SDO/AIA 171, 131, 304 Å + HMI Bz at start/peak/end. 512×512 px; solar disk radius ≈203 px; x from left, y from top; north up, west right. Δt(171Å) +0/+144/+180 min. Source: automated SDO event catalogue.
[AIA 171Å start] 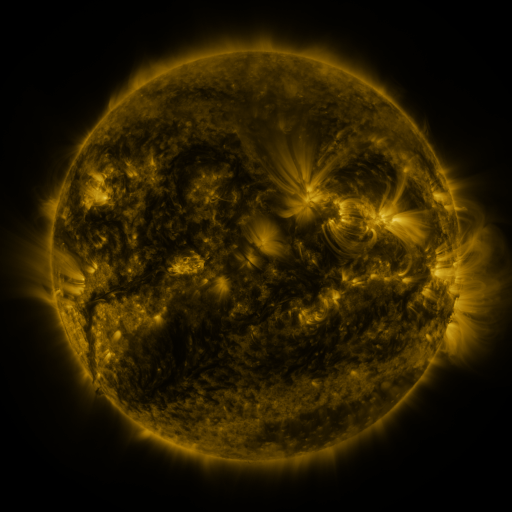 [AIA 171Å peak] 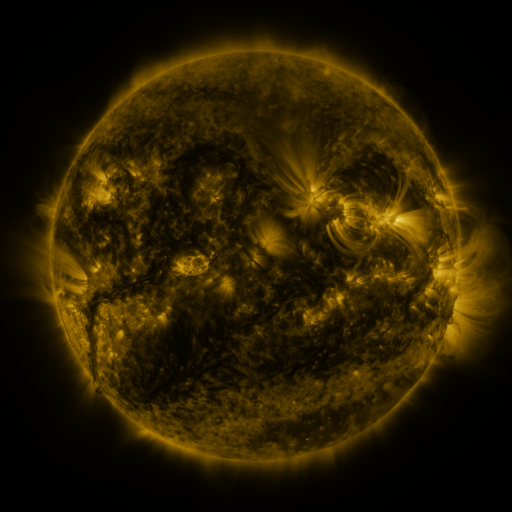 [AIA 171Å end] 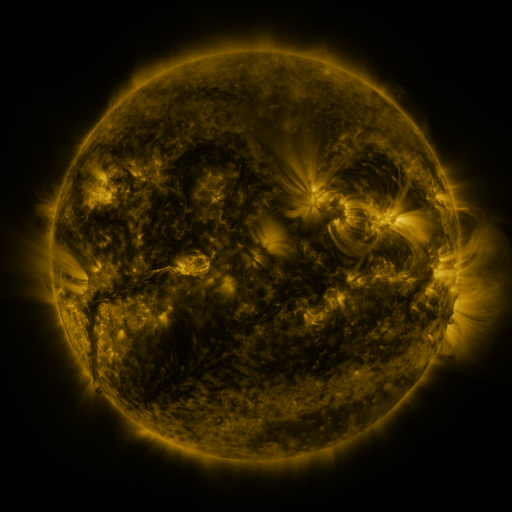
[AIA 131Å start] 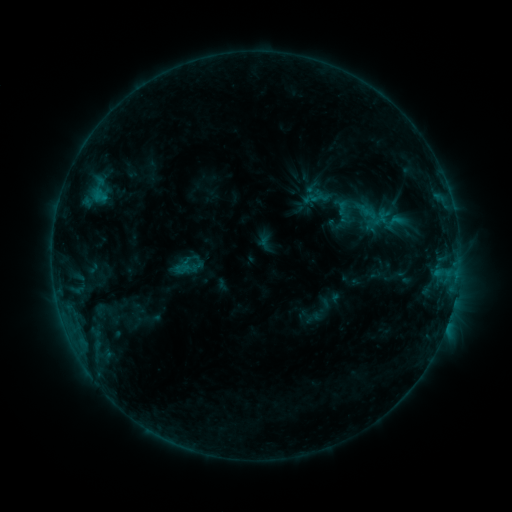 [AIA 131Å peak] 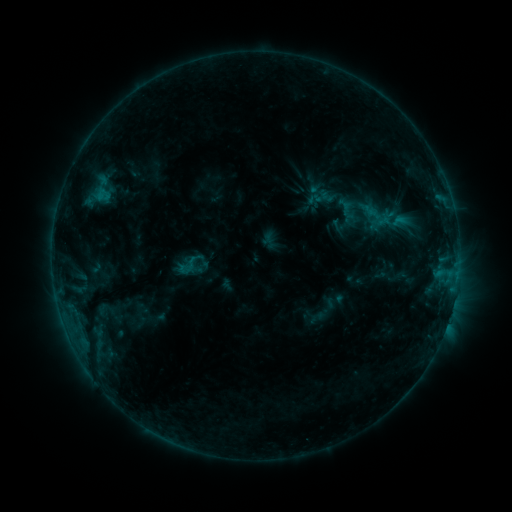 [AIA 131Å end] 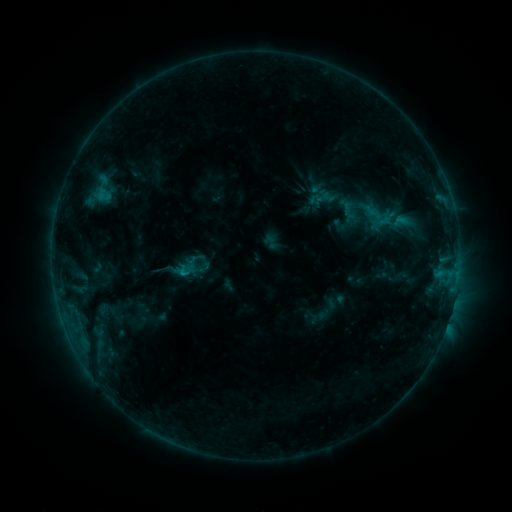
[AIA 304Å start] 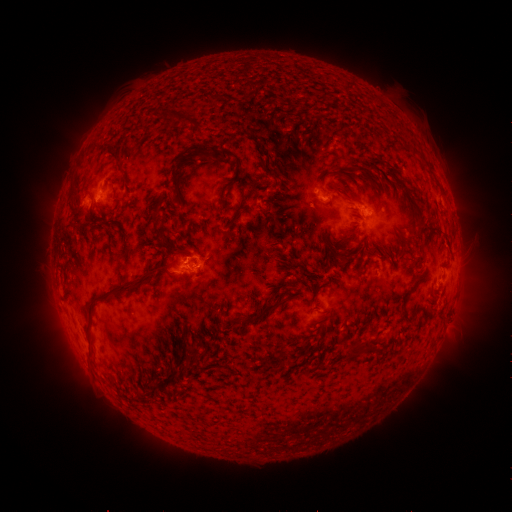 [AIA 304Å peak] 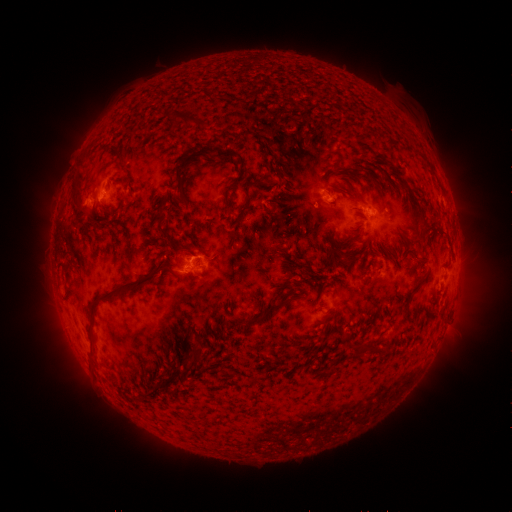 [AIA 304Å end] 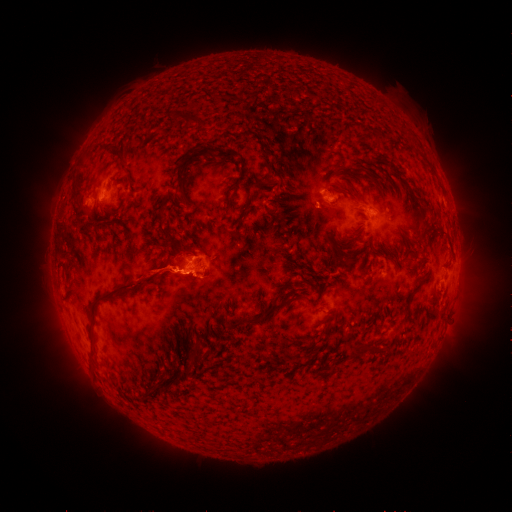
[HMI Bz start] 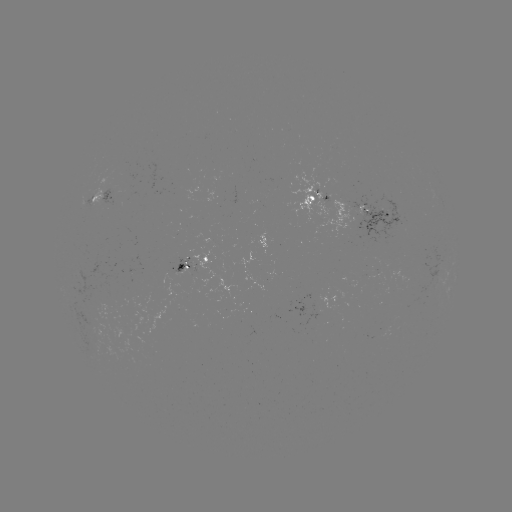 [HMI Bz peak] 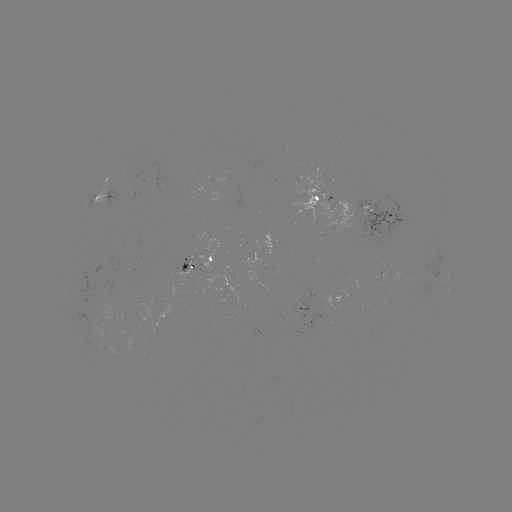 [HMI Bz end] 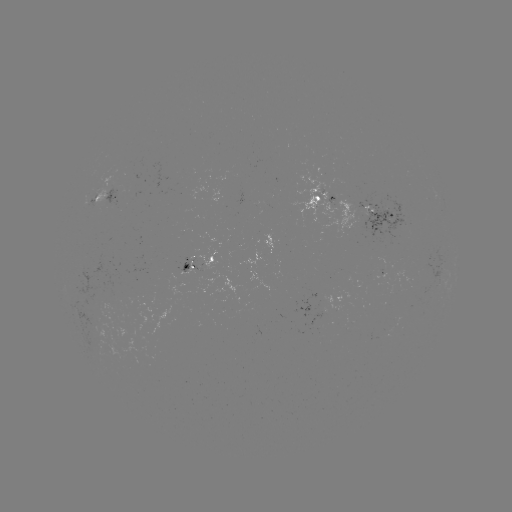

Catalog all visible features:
emerging-flux region: (281, 243)
